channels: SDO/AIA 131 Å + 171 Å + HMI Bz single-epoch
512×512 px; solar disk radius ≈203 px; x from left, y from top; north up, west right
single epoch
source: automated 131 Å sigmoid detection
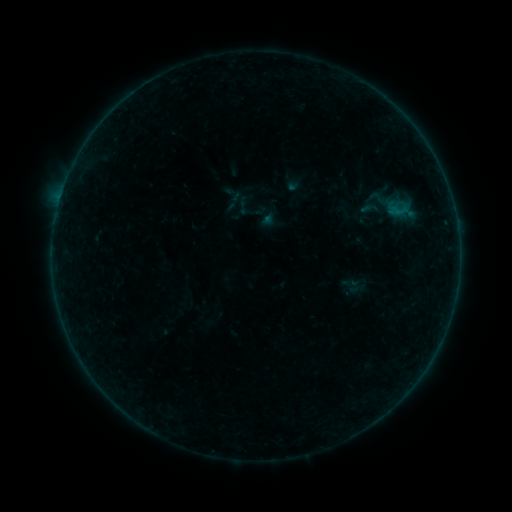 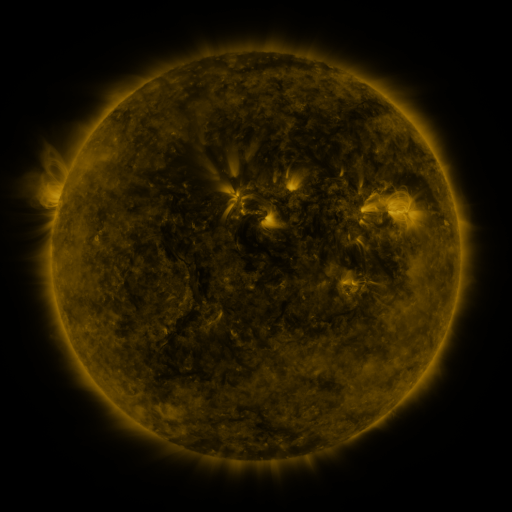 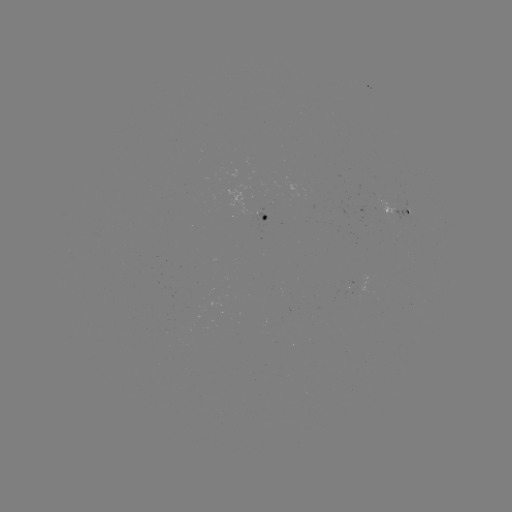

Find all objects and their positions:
sigmoid: (377, 197)
sigmoid: (370, 208)
